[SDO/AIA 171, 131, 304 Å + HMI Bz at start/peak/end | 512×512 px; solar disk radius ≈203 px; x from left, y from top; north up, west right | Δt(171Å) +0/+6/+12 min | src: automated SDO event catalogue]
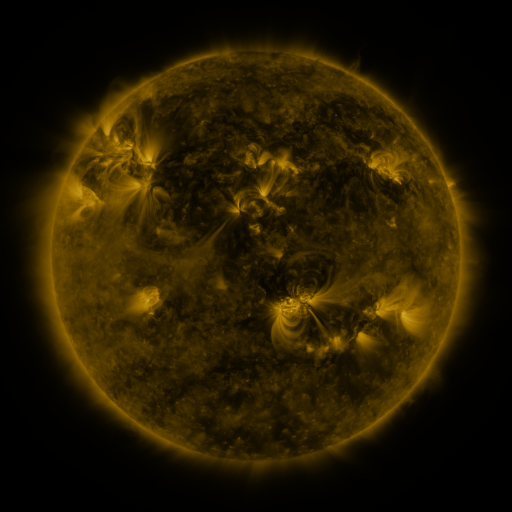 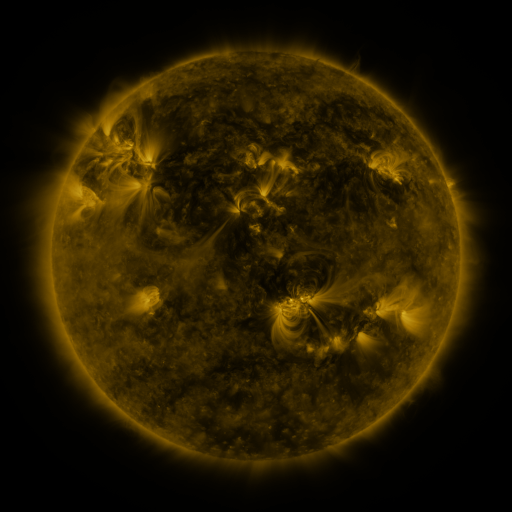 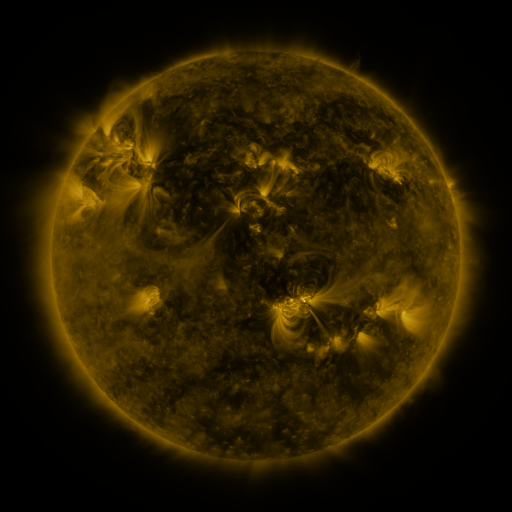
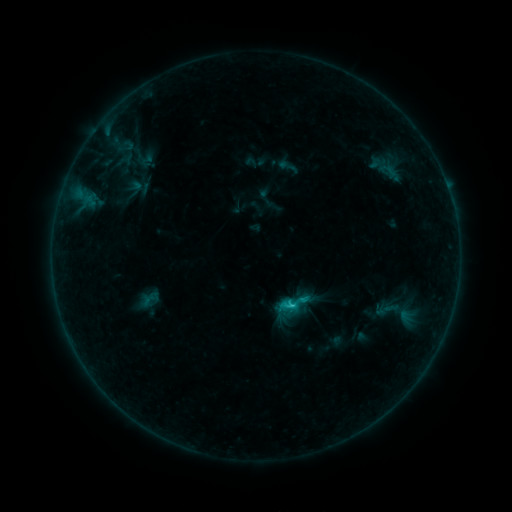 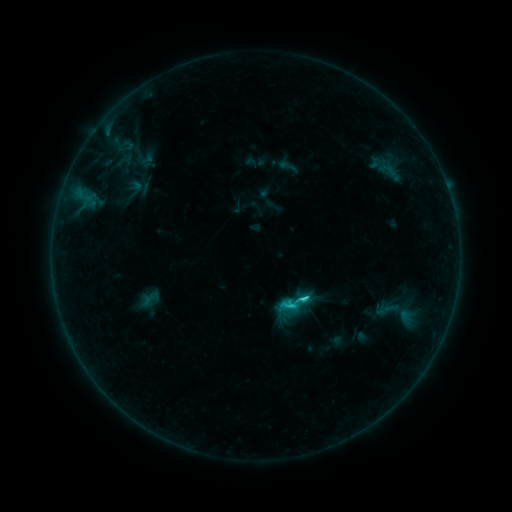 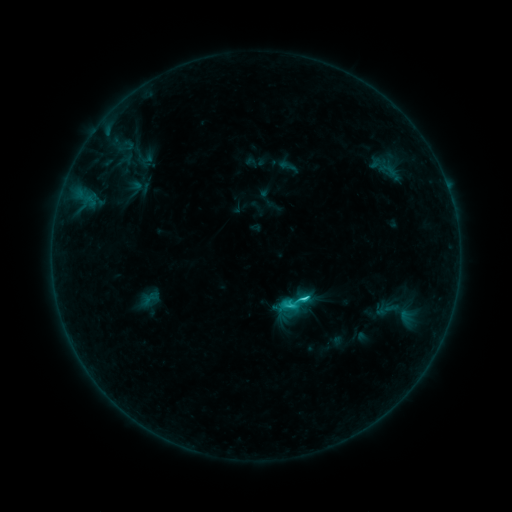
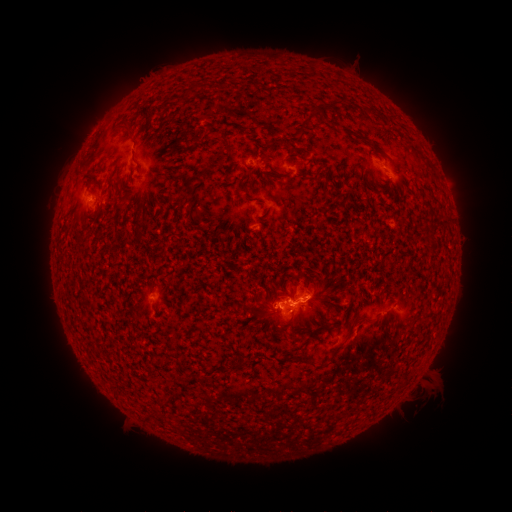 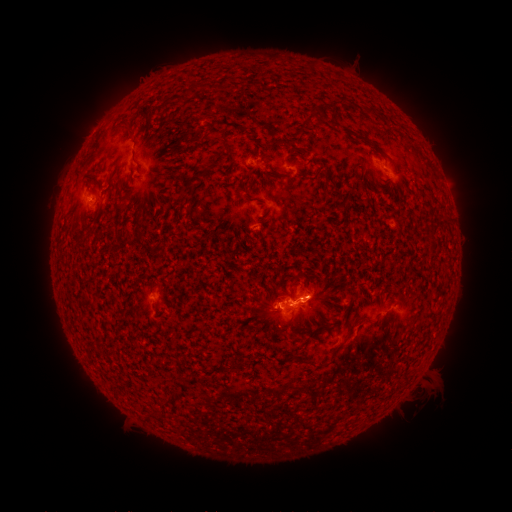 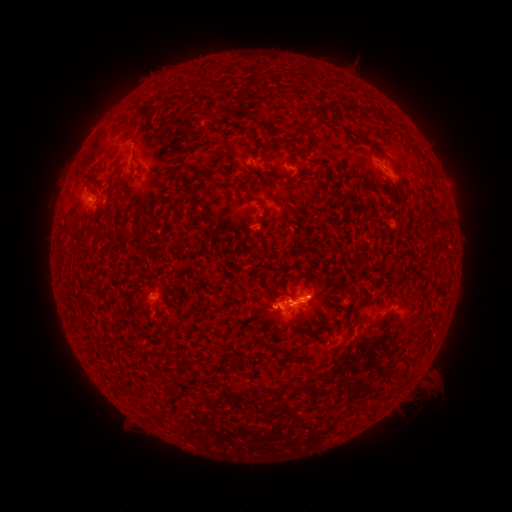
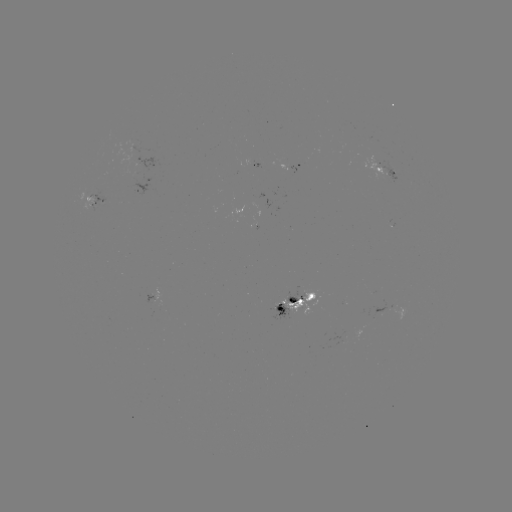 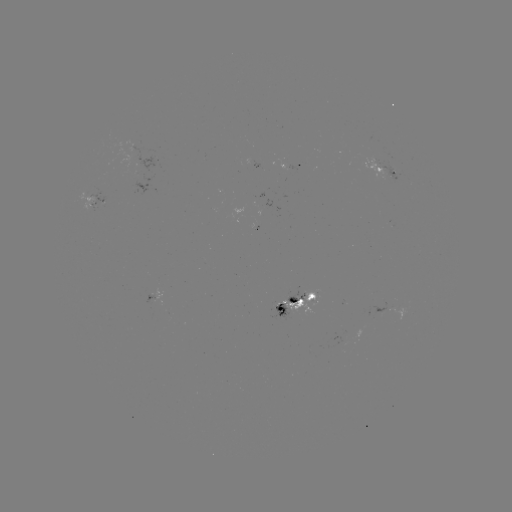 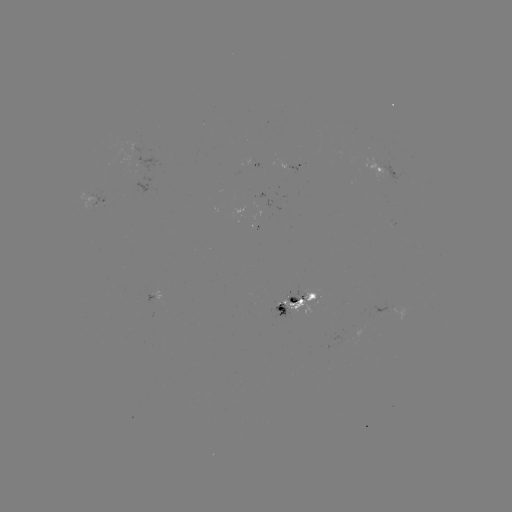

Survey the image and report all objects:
C2.7 flare: (302, 296)
